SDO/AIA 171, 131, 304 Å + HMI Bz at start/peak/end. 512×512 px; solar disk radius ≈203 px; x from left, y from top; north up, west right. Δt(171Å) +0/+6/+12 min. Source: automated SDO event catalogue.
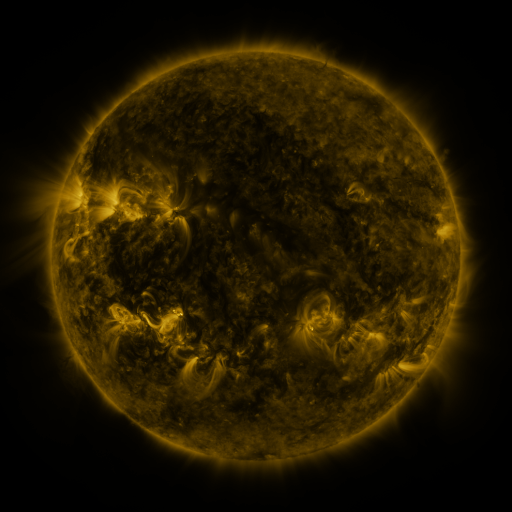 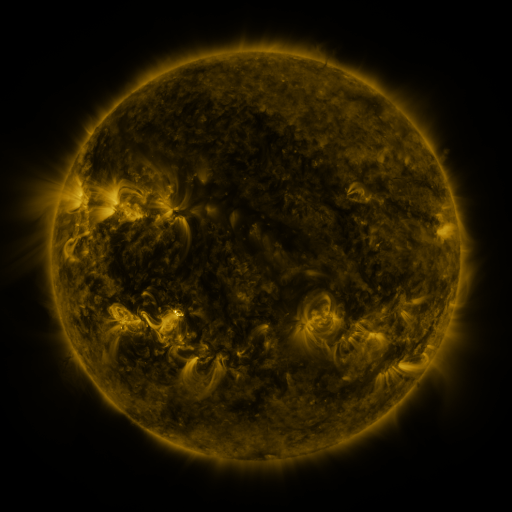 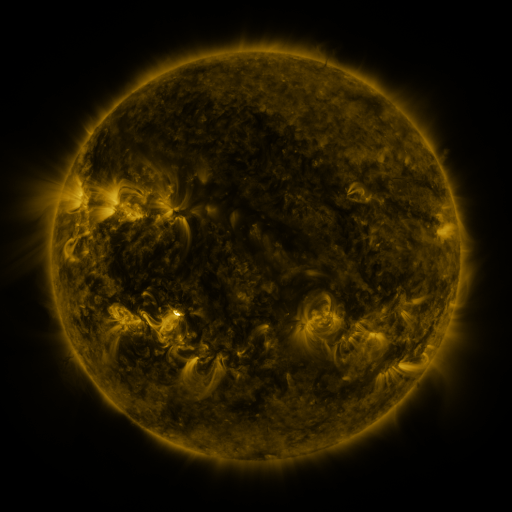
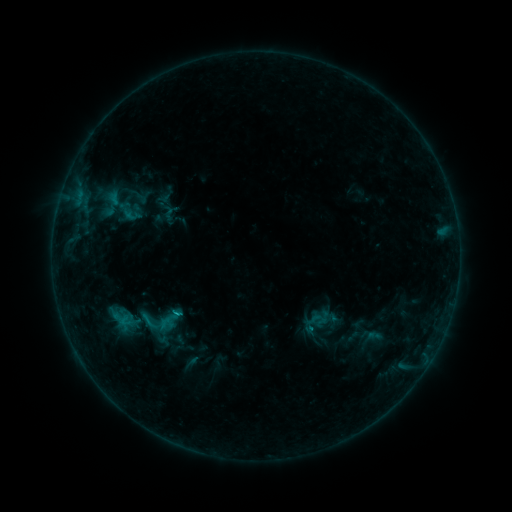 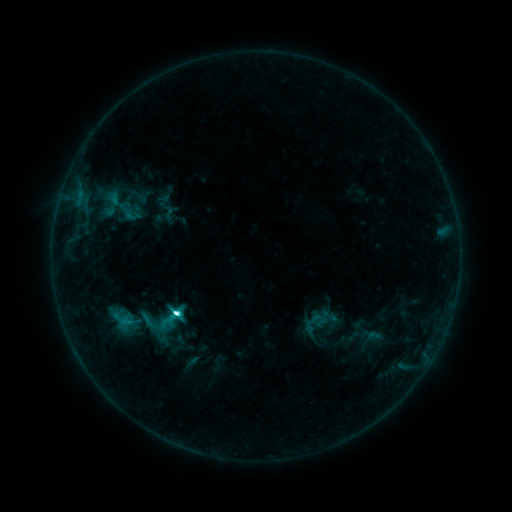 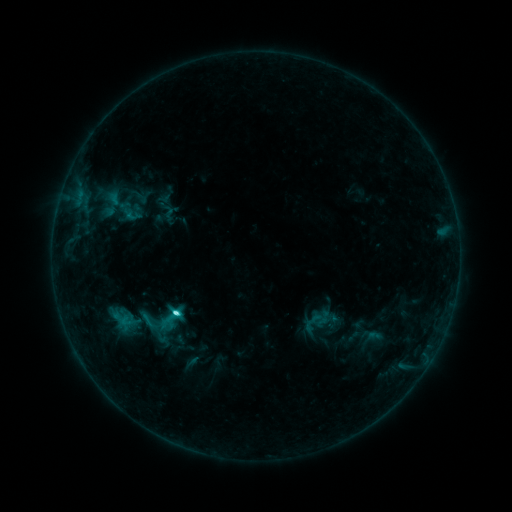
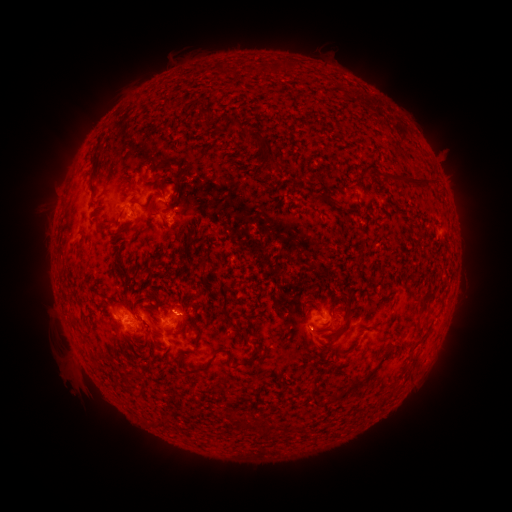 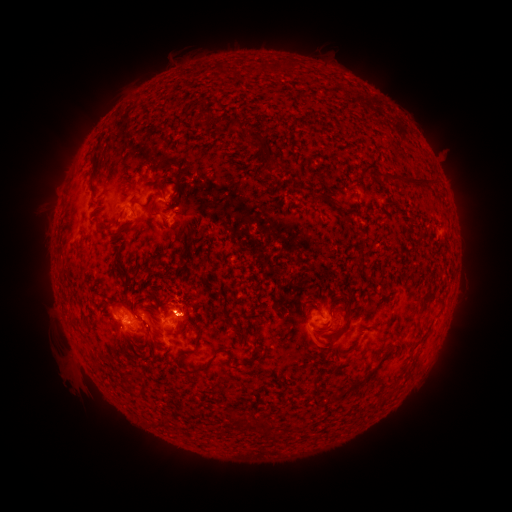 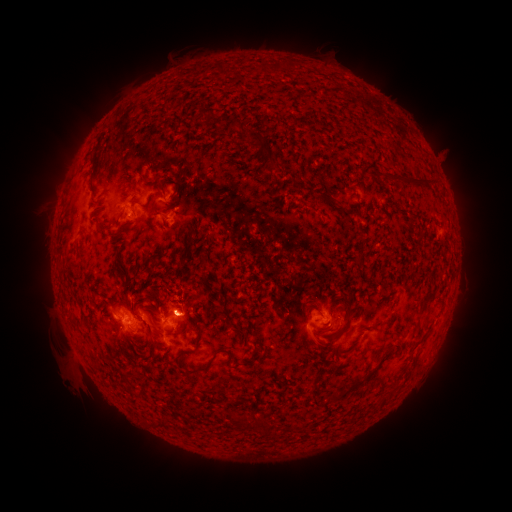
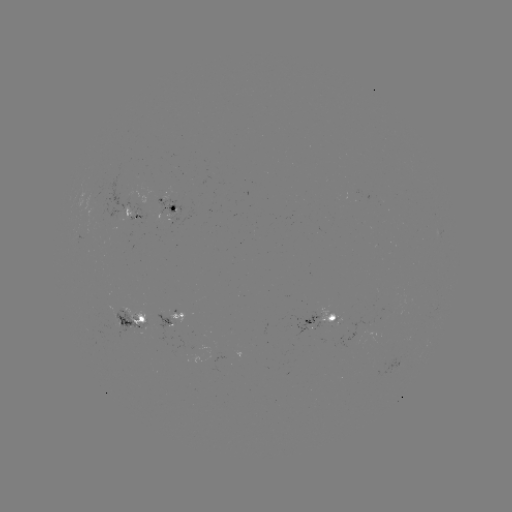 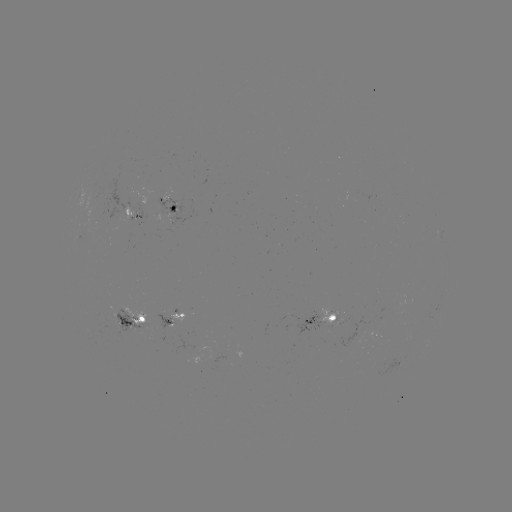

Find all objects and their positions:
C4.4 flare: (178, 310)
